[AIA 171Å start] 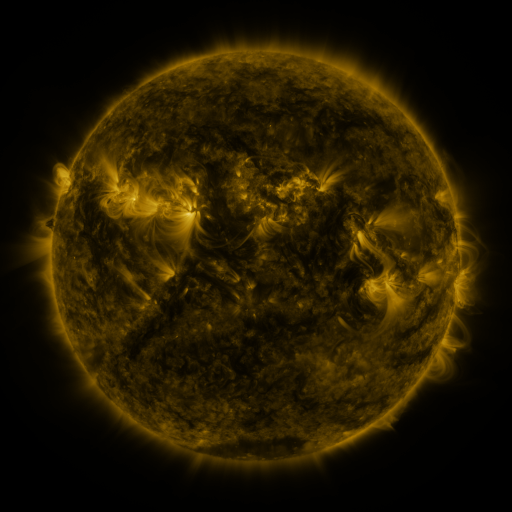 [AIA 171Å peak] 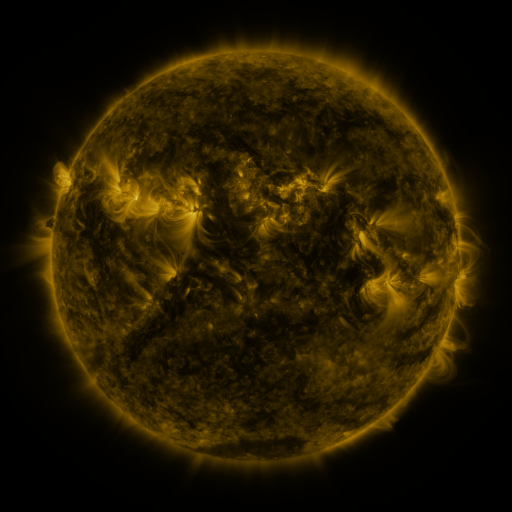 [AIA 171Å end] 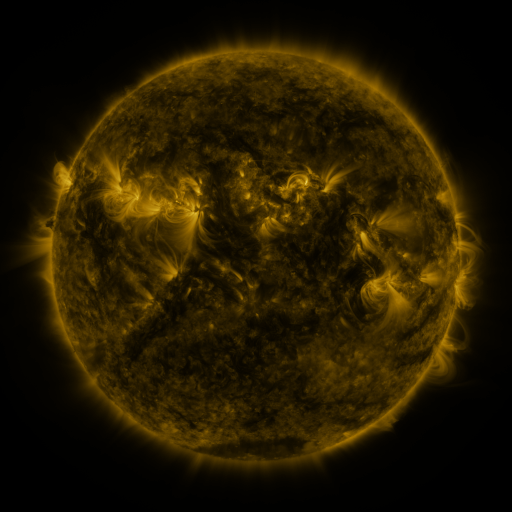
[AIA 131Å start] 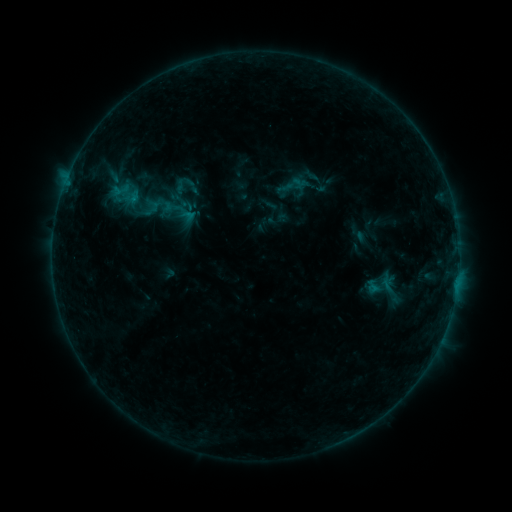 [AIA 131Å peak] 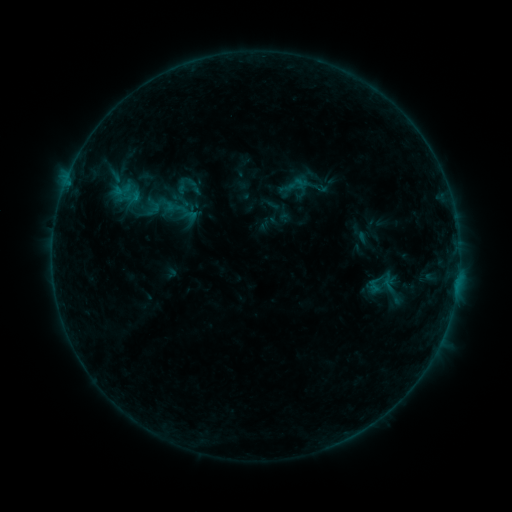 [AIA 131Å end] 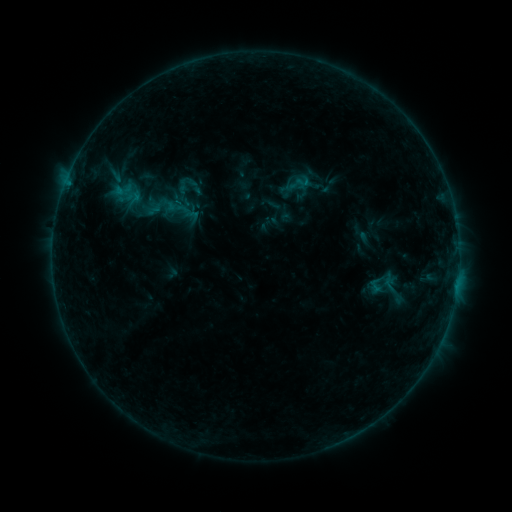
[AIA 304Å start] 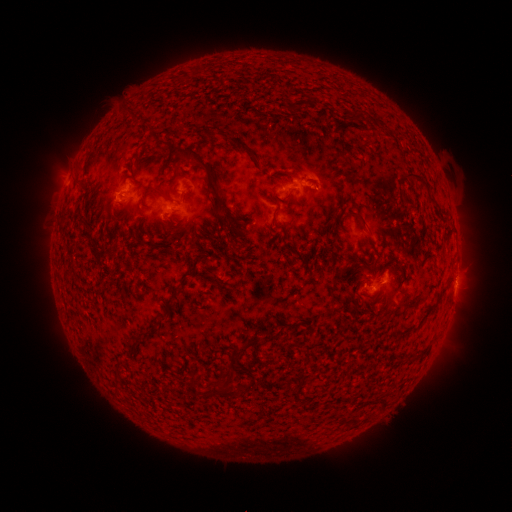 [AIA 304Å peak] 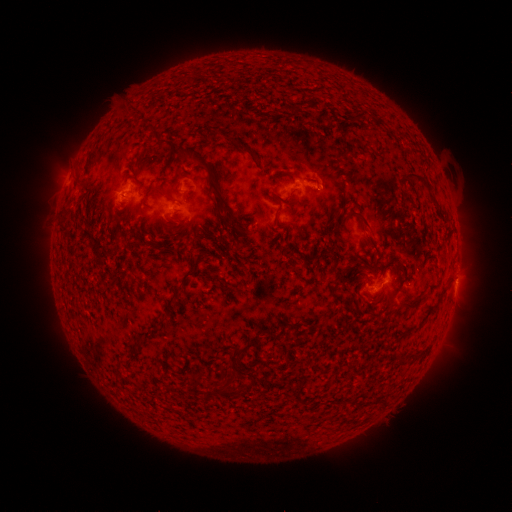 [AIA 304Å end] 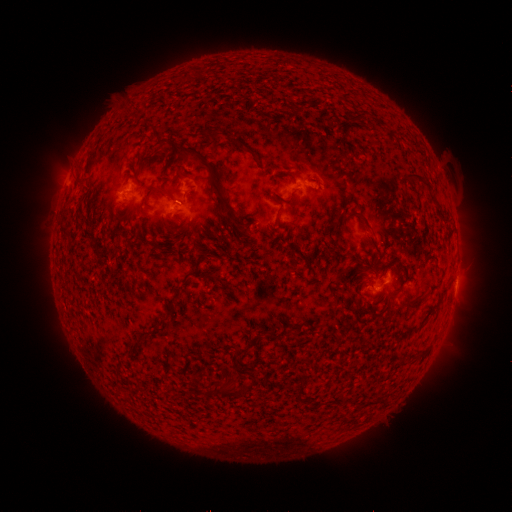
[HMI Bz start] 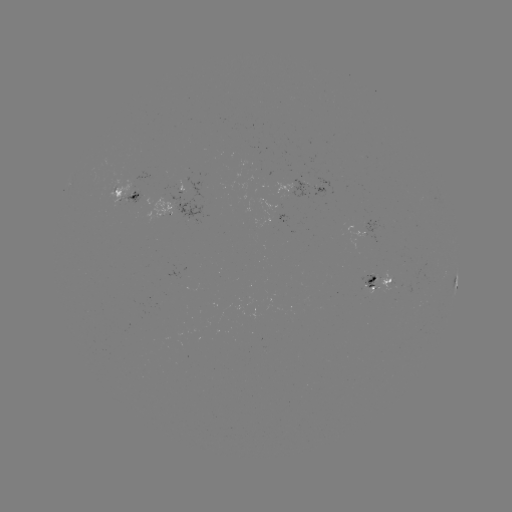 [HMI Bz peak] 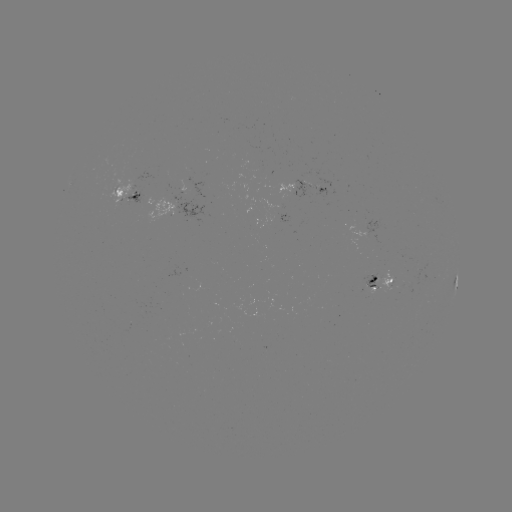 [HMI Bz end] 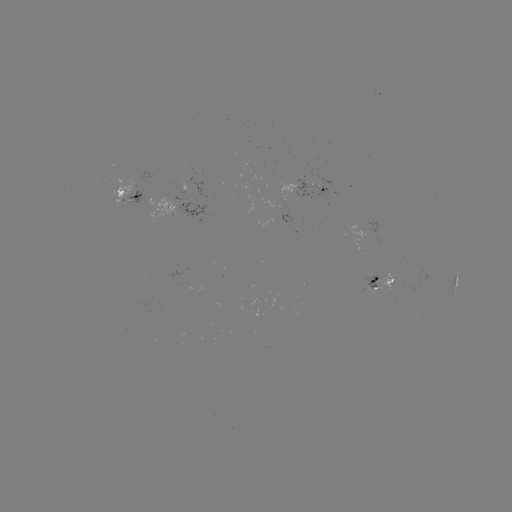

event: emerging-flux region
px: (409, 286)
